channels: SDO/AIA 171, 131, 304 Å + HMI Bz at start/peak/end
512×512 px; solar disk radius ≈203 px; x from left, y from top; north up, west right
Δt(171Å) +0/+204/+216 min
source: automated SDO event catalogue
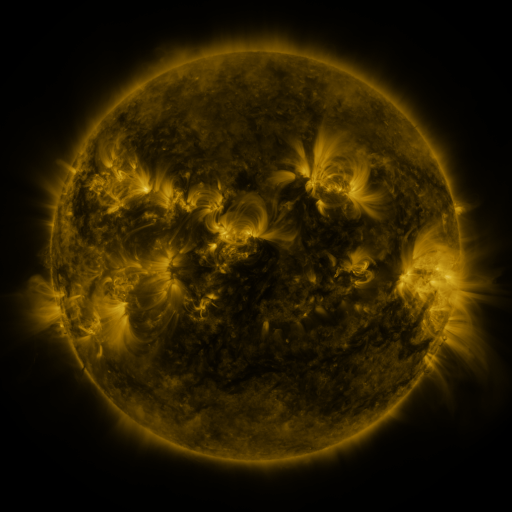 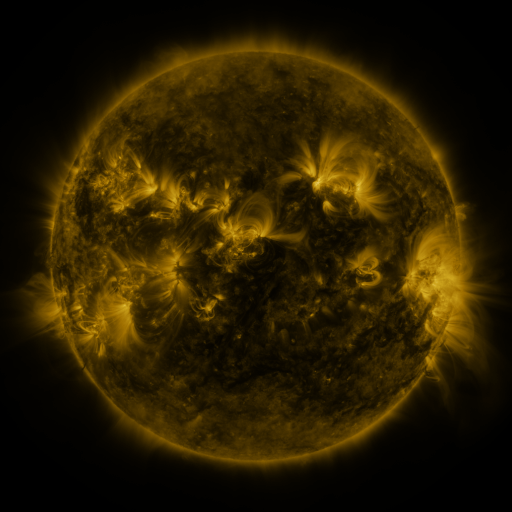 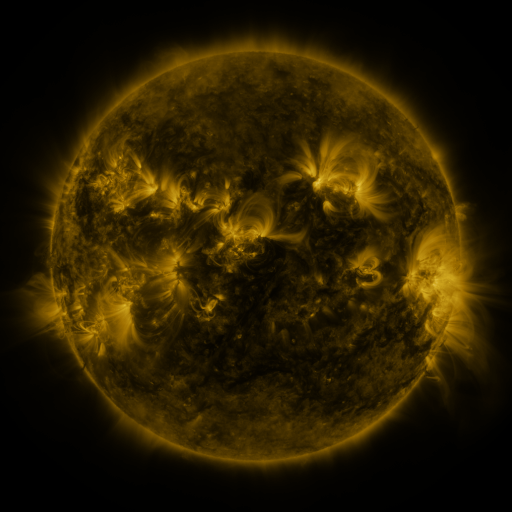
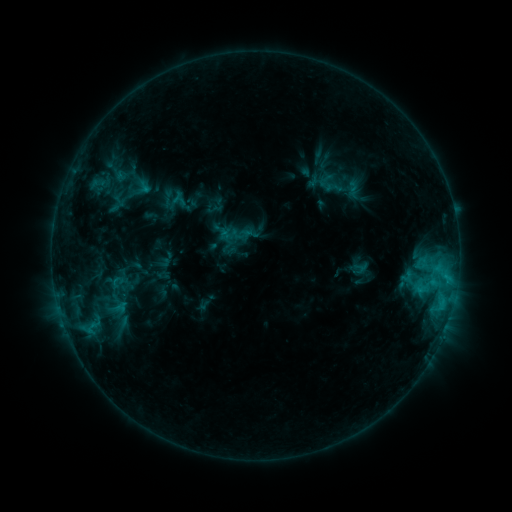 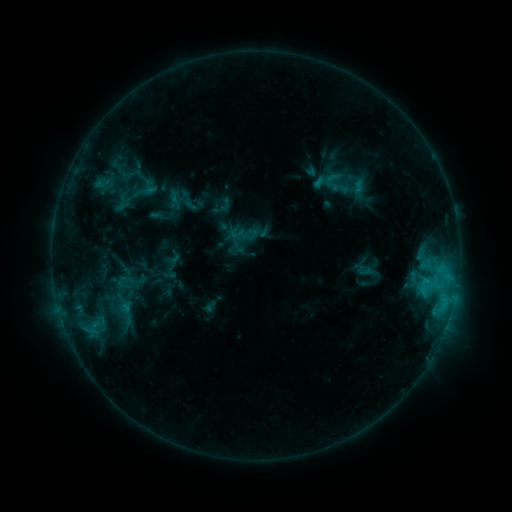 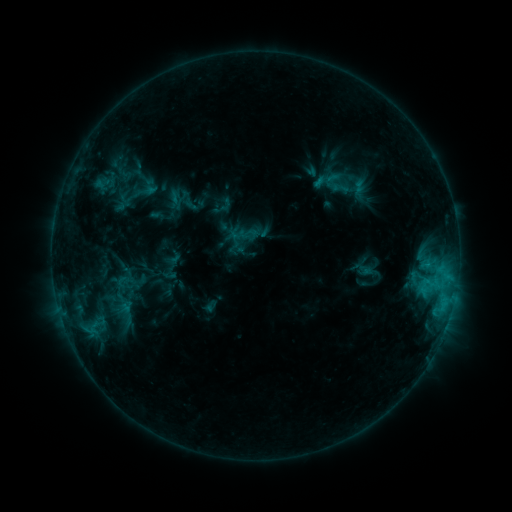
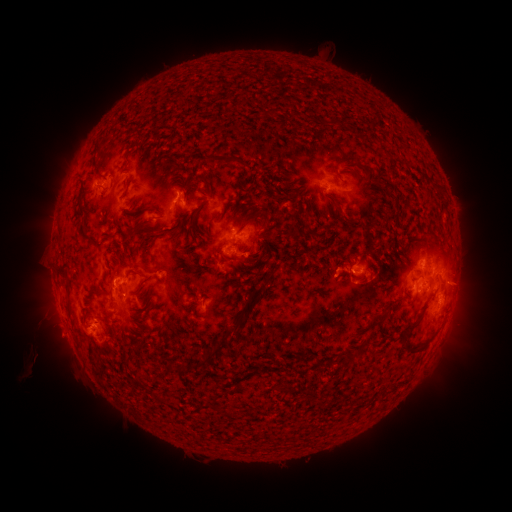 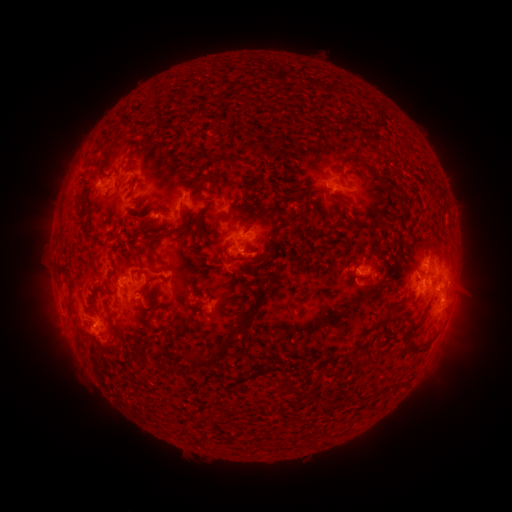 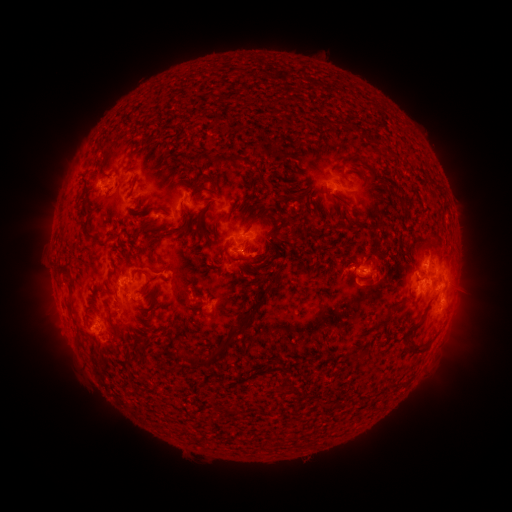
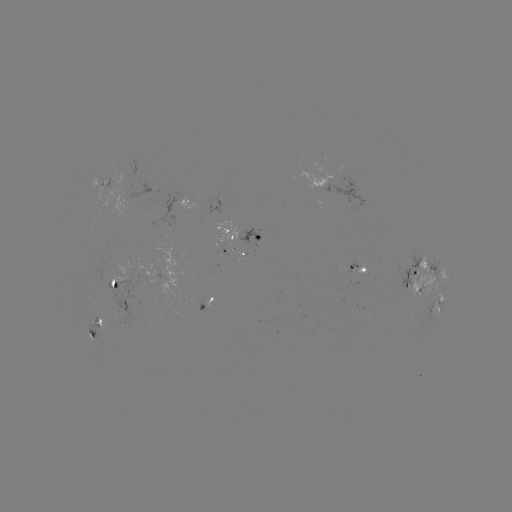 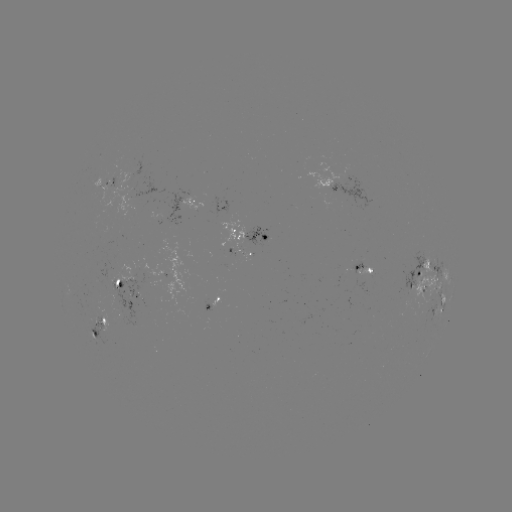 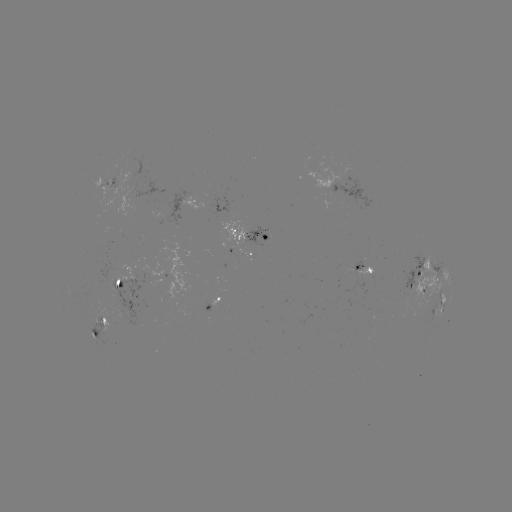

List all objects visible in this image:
emerging-flux region: (101, 320)
